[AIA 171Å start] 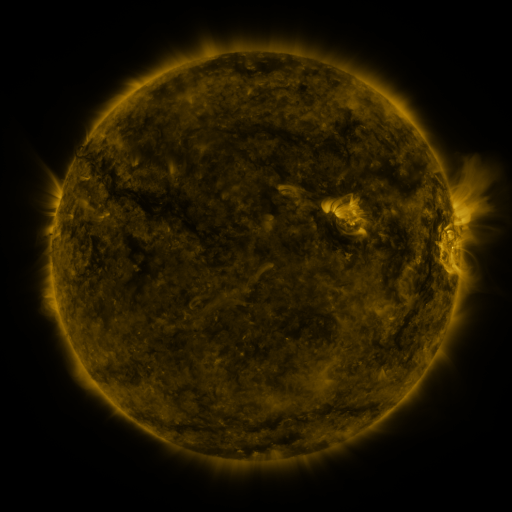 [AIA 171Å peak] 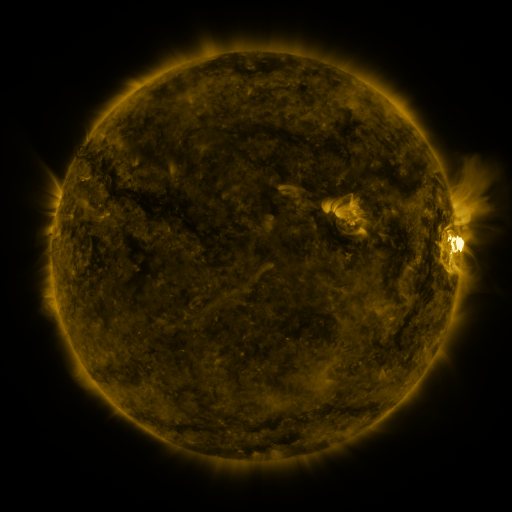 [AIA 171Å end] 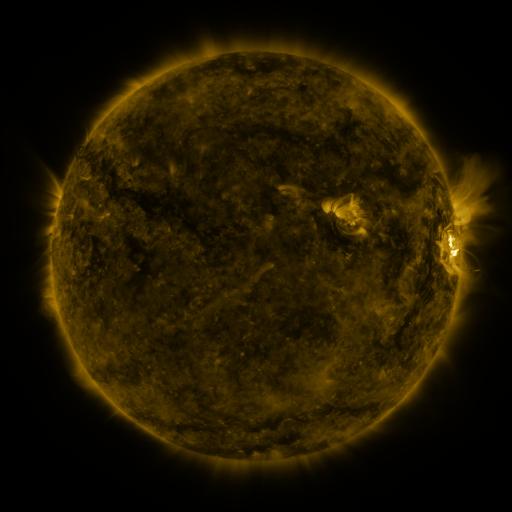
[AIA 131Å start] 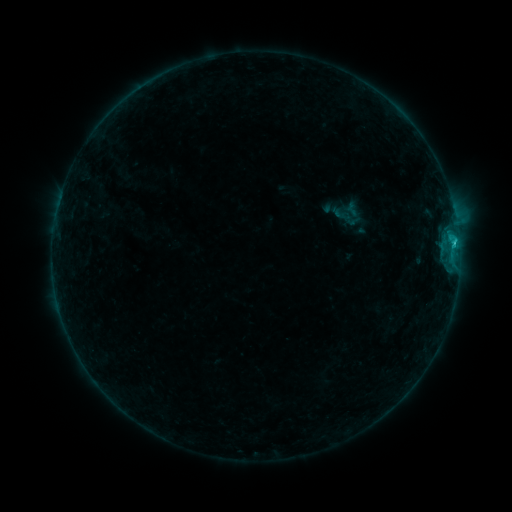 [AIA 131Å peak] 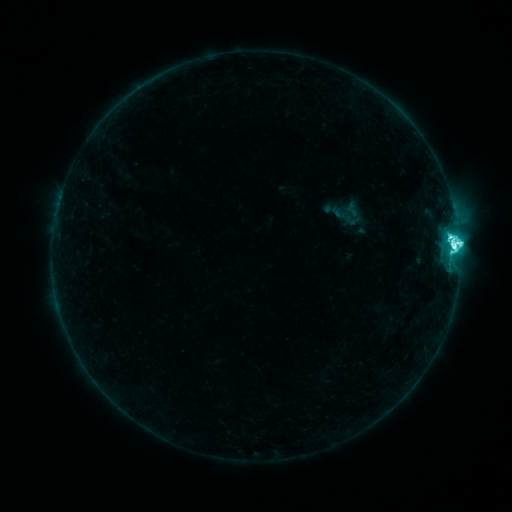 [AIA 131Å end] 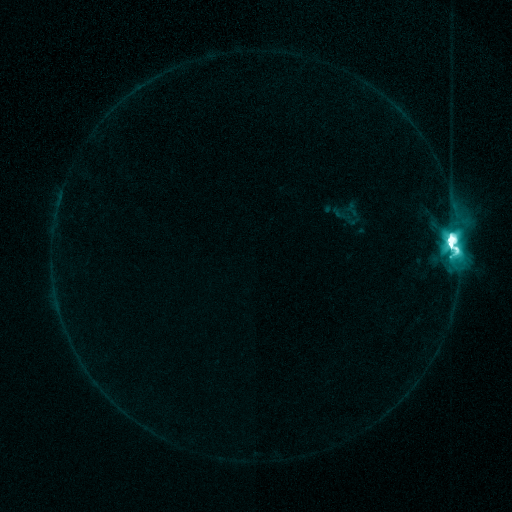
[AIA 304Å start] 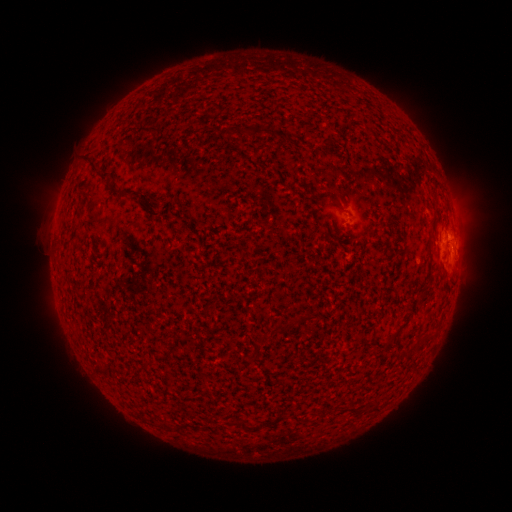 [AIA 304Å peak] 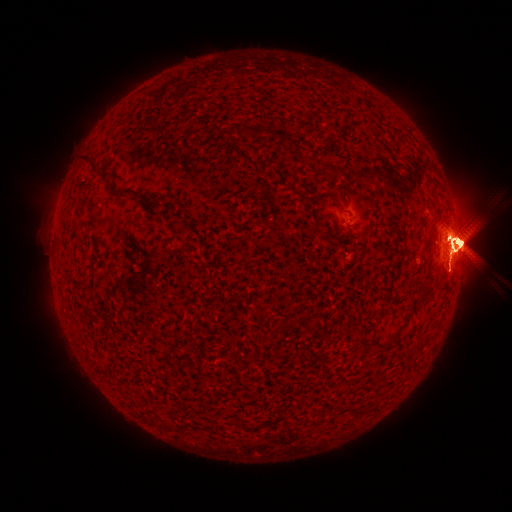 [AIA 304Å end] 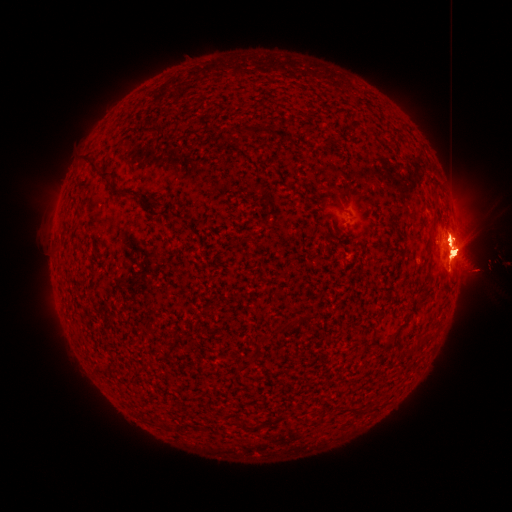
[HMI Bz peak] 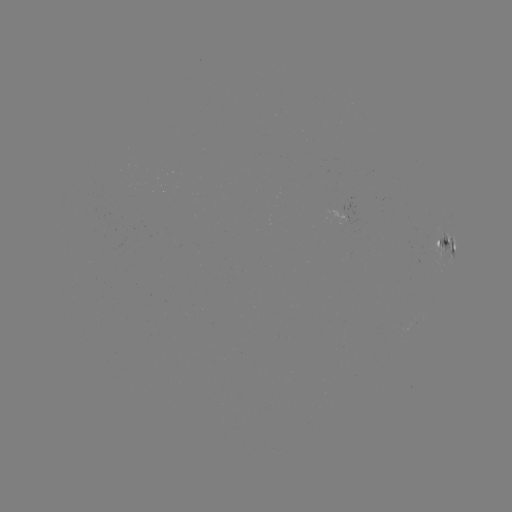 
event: eruption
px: (56, 249)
